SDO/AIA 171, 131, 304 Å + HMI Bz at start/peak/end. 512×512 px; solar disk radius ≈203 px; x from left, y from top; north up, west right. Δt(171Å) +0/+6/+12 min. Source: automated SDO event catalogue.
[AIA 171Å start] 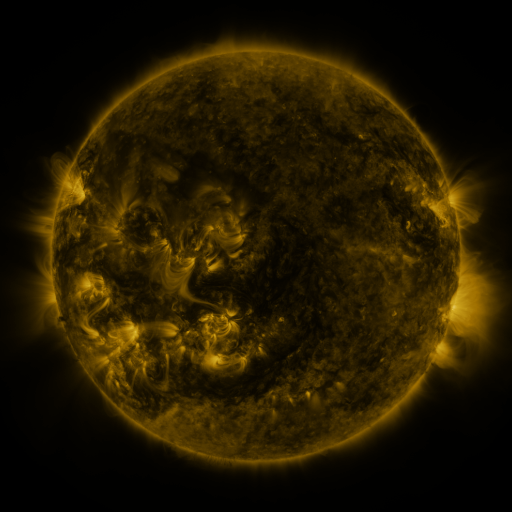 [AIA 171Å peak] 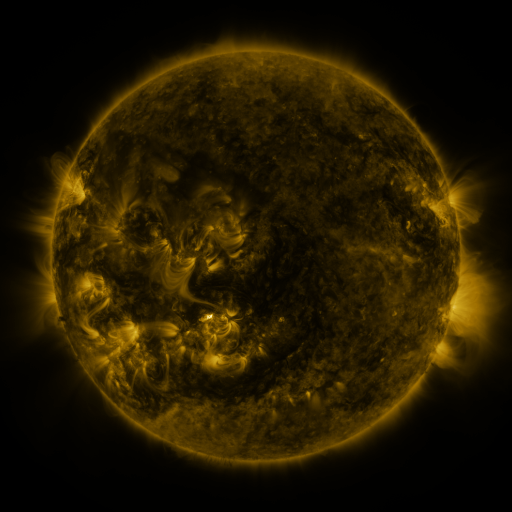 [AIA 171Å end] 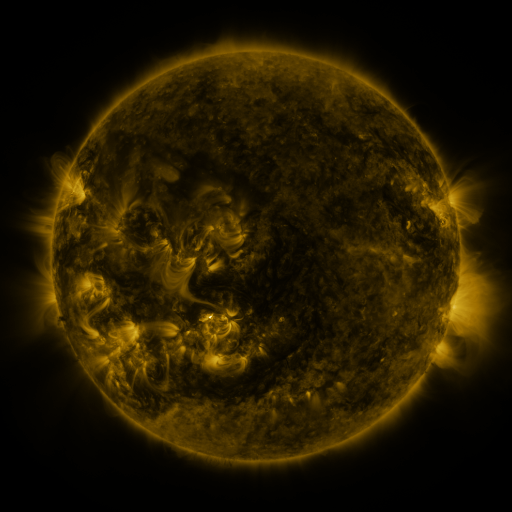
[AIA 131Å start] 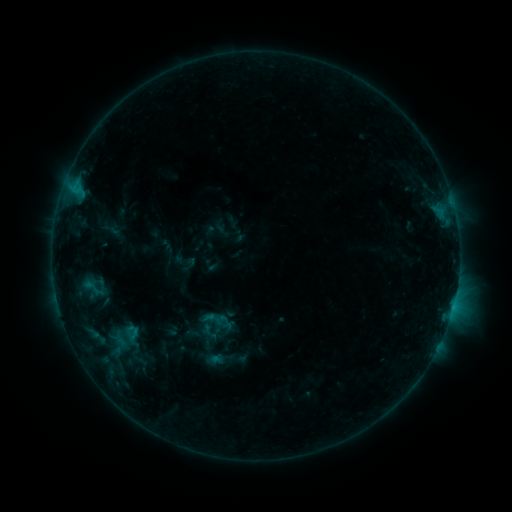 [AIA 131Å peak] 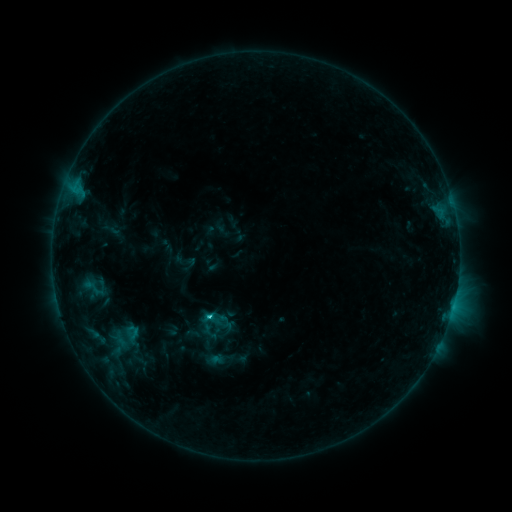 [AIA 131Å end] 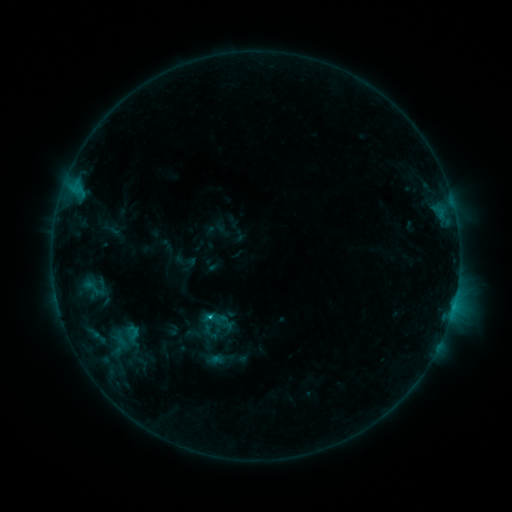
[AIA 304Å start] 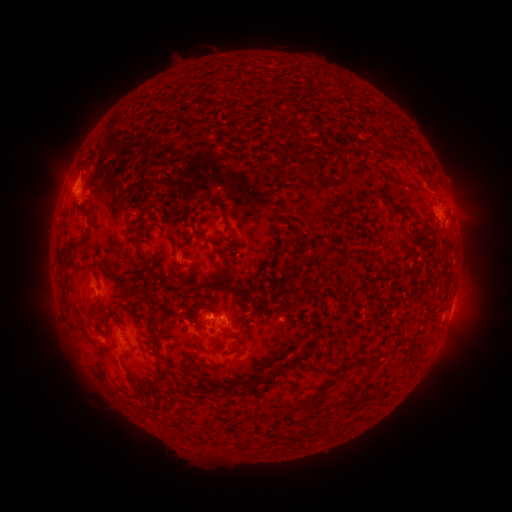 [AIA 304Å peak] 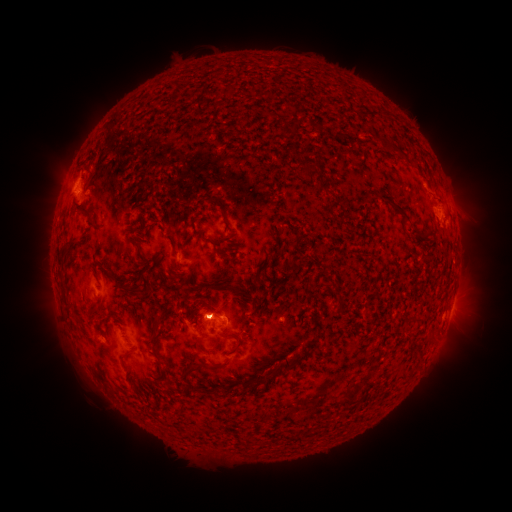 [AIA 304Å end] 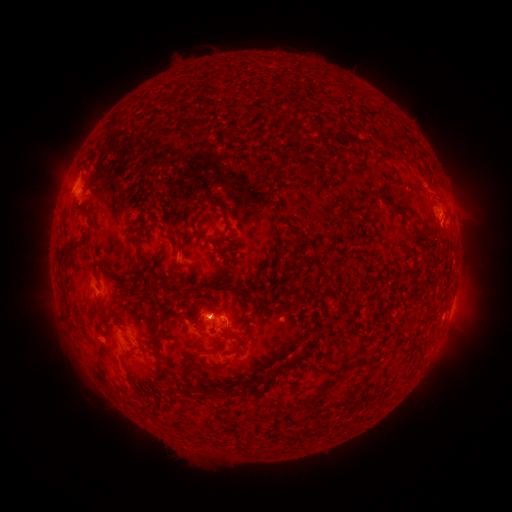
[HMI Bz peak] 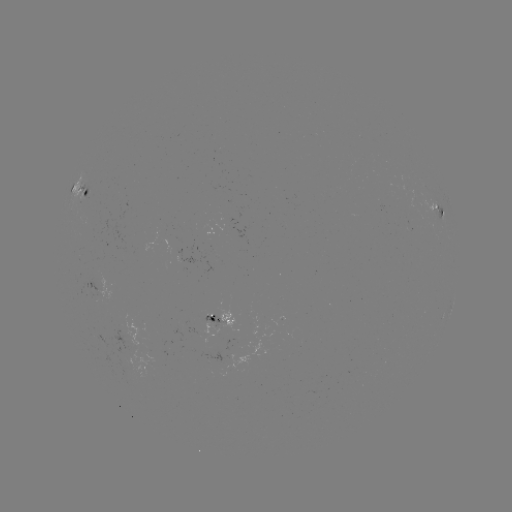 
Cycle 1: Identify C1.0 flare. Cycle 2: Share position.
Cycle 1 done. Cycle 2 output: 211,316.